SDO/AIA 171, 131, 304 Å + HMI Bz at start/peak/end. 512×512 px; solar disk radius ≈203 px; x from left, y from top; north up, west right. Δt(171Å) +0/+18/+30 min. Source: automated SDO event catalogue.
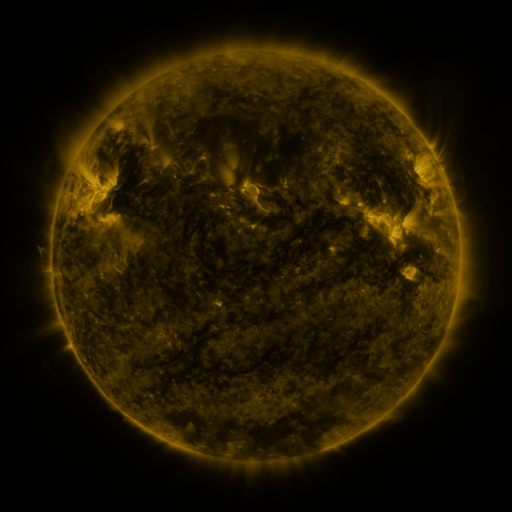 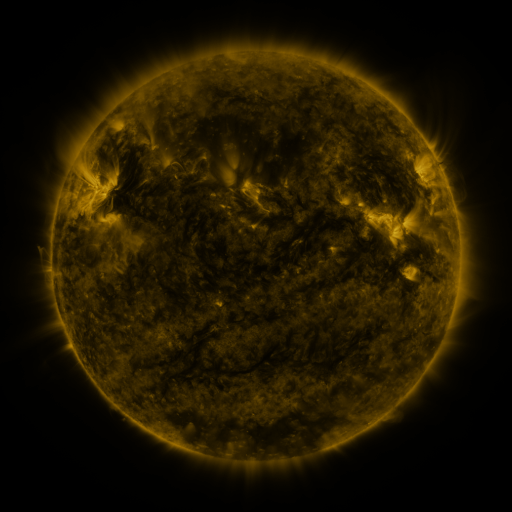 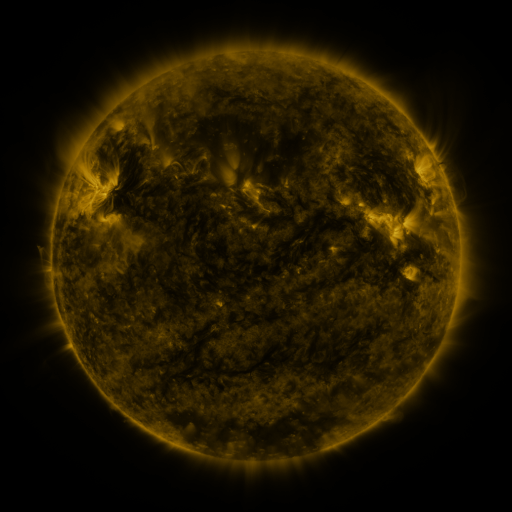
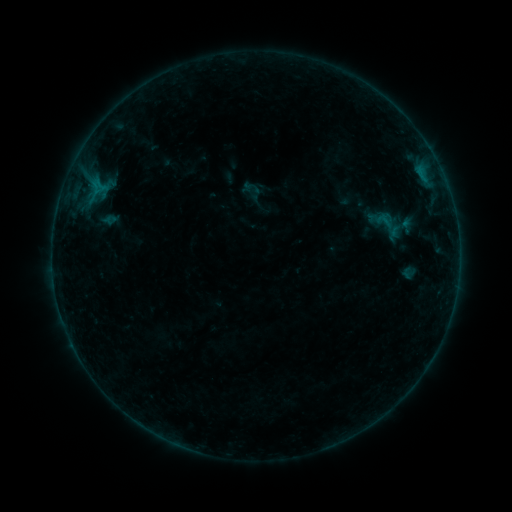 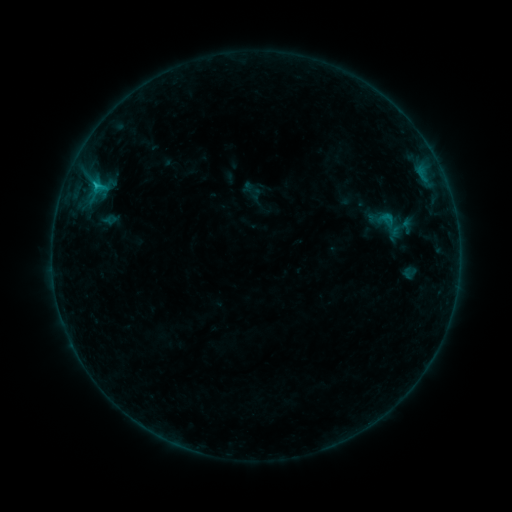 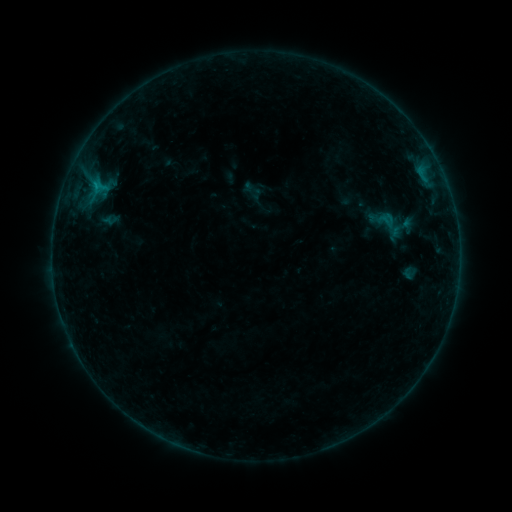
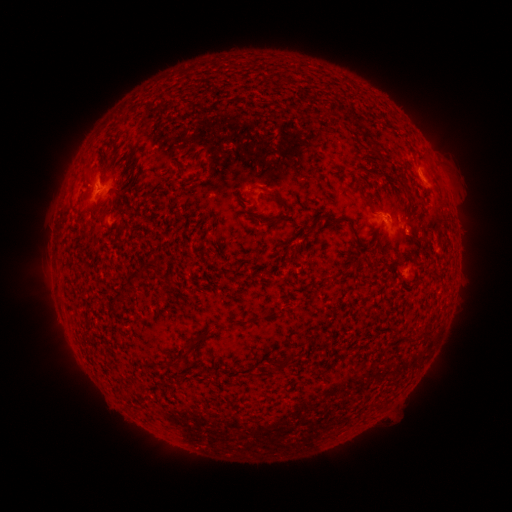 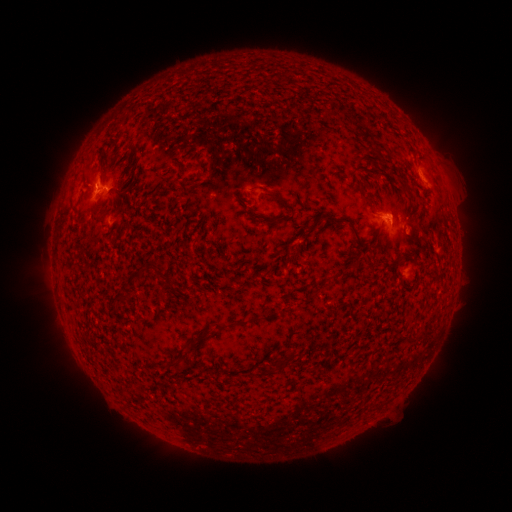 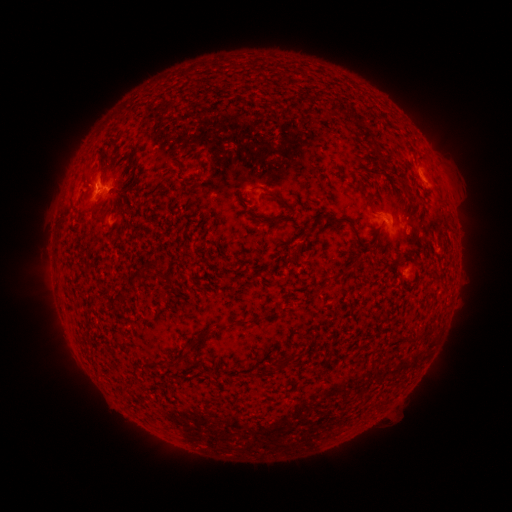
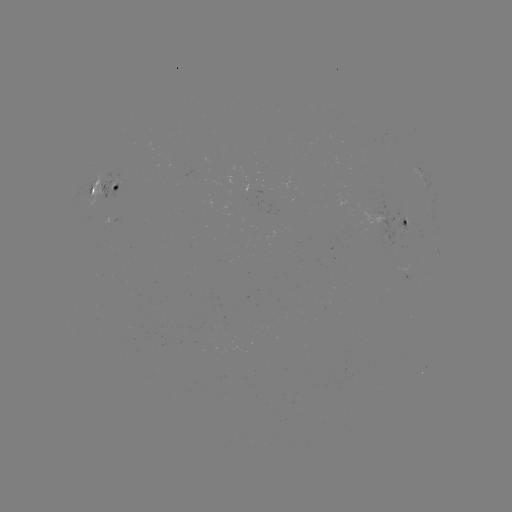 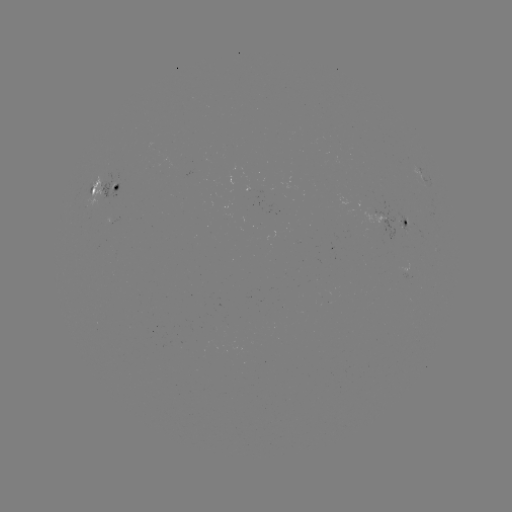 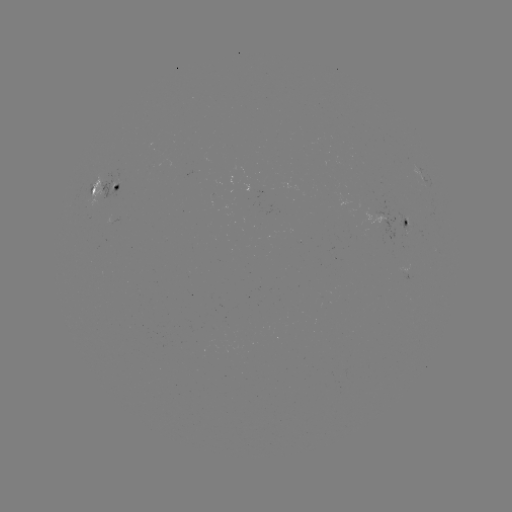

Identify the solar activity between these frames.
B6.7 flare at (97, 186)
